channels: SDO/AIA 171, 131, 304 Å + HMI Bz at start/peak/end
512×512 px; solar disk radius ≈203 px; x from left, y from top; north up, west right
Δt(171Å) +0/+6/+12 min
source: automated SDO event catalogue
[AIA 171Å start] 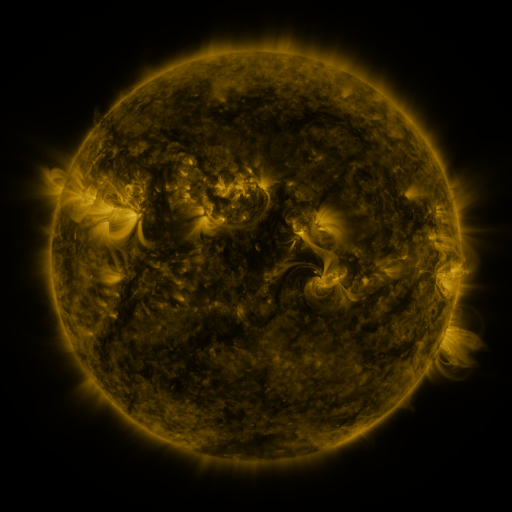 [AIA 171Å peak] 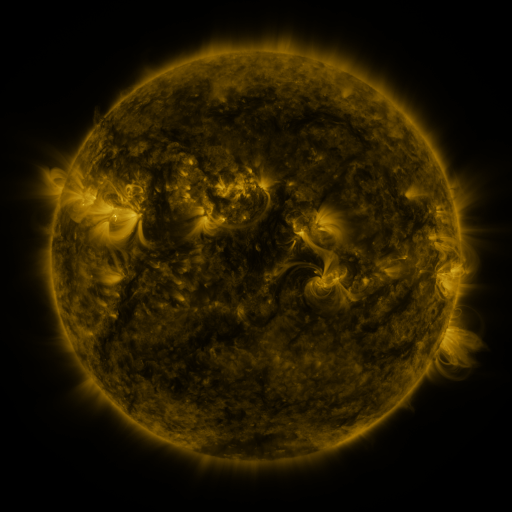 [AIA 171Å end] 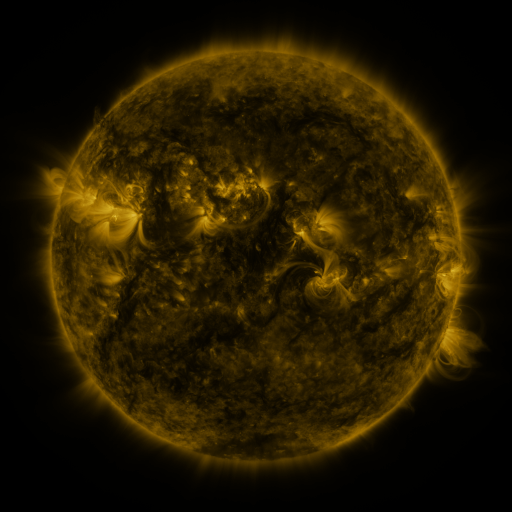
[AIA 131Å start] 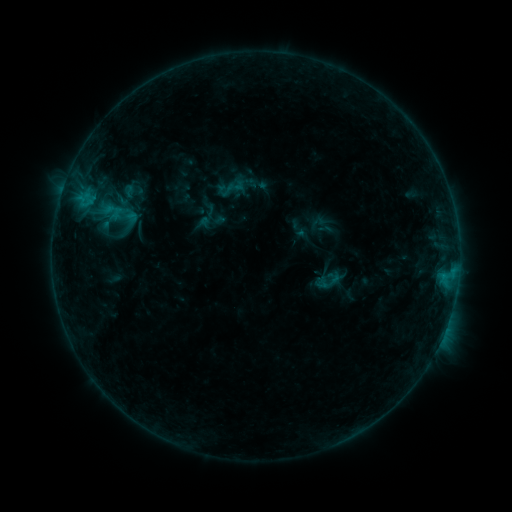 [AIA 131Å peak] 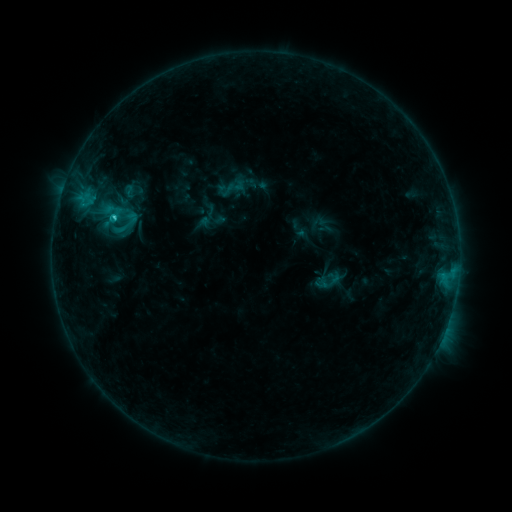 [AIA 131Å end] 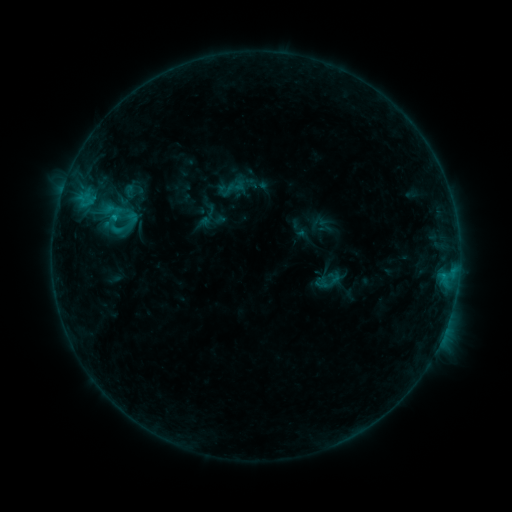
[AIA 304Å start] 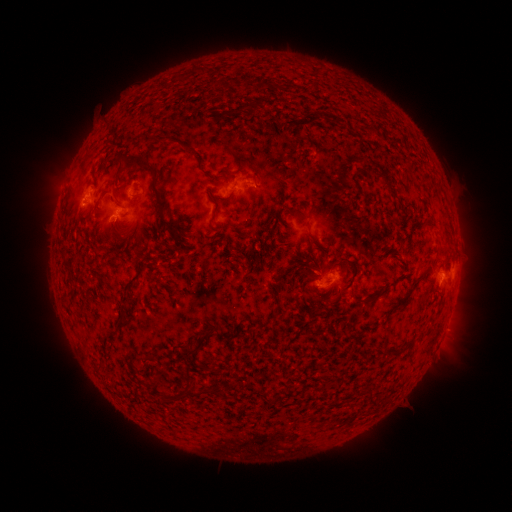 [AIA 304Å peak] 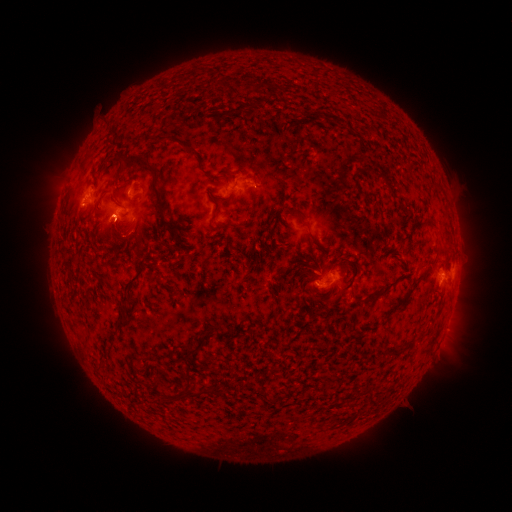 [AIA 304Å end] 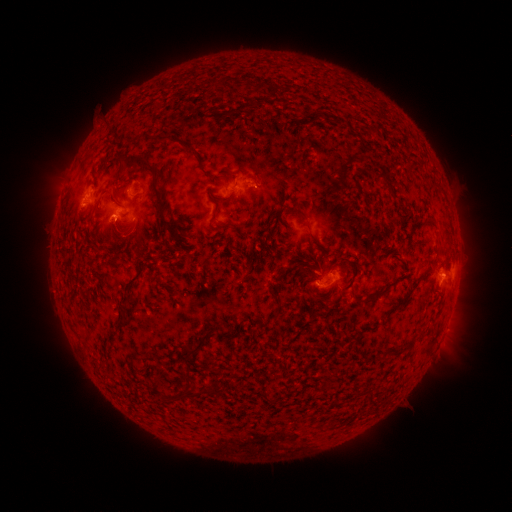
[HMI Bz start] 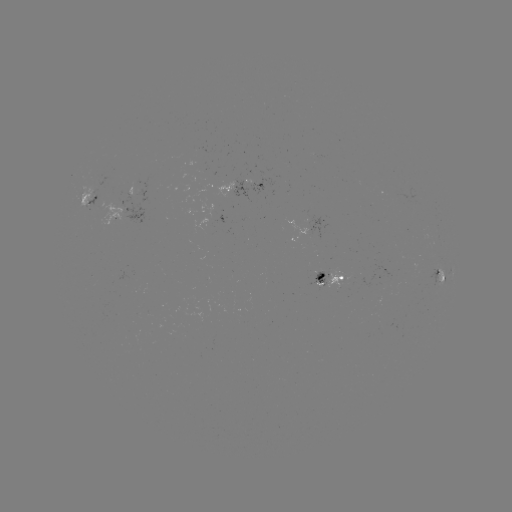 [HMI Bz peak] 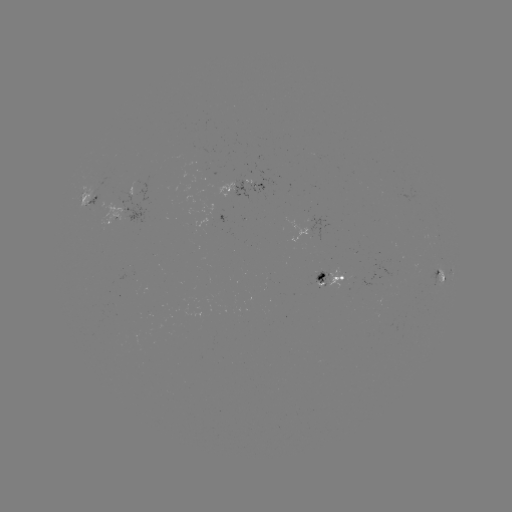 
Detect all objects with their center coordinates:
C1.1 flare: (115, 218)
